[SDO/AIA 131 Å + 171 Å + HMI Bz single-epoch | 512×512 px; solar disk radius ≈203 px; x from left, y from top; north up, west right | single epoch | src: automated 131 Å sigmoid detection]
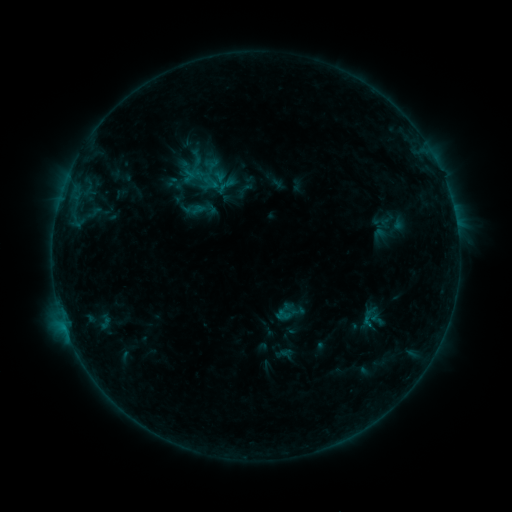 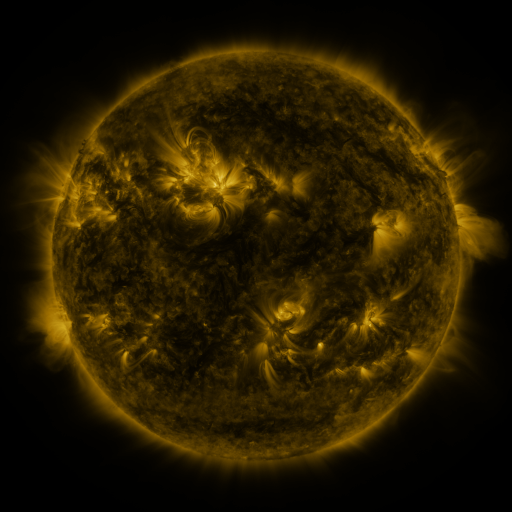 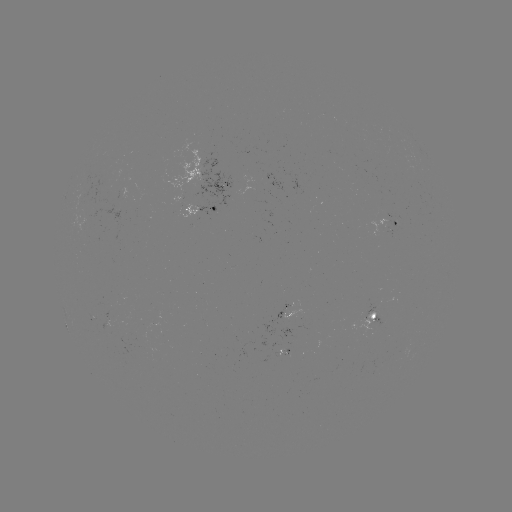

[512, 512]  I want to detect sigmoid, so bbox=[188, 148, 206, 167].